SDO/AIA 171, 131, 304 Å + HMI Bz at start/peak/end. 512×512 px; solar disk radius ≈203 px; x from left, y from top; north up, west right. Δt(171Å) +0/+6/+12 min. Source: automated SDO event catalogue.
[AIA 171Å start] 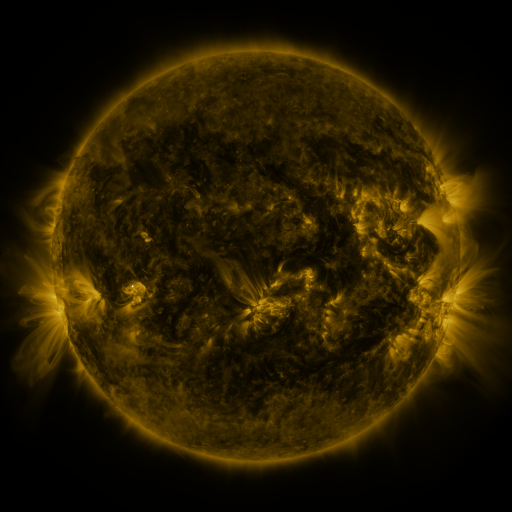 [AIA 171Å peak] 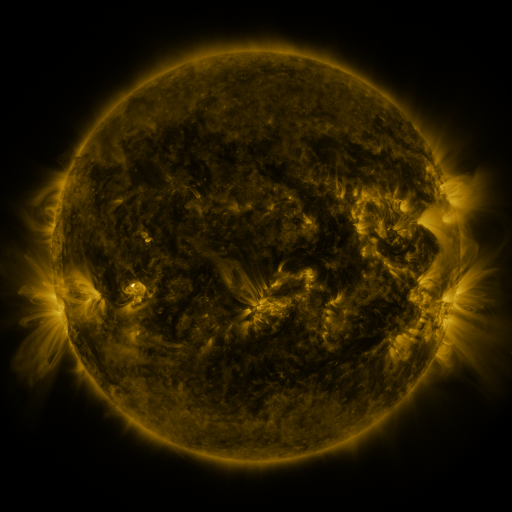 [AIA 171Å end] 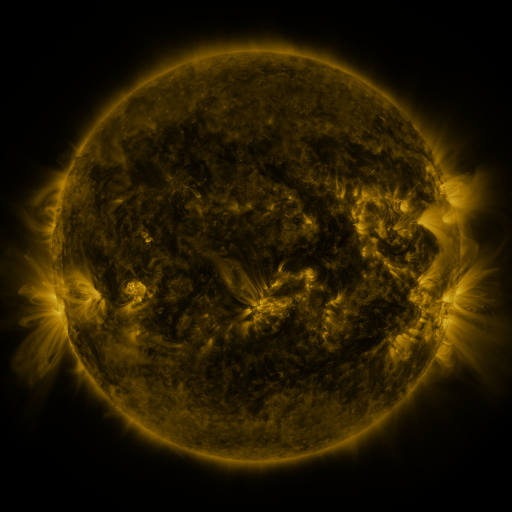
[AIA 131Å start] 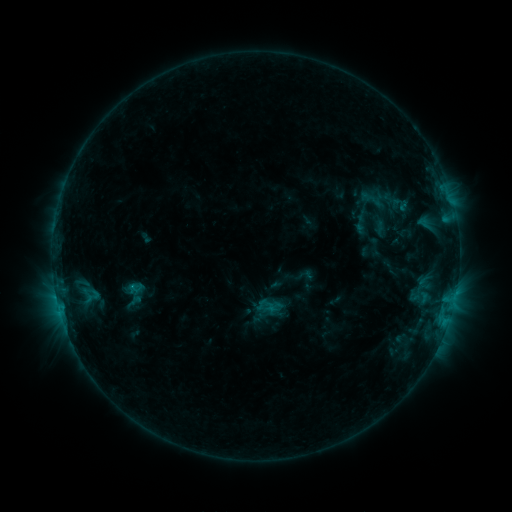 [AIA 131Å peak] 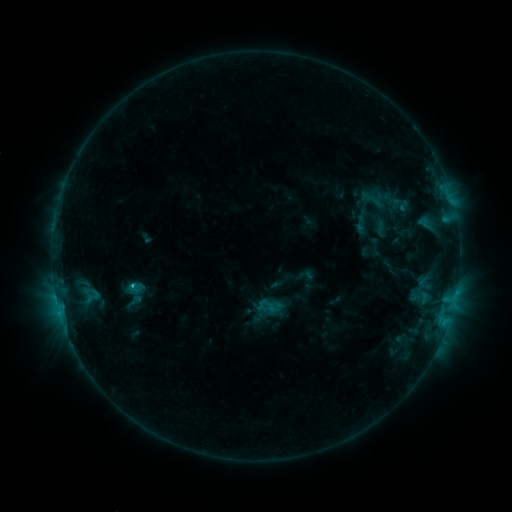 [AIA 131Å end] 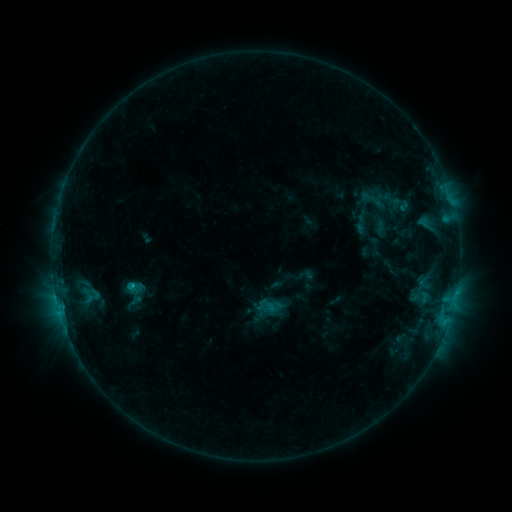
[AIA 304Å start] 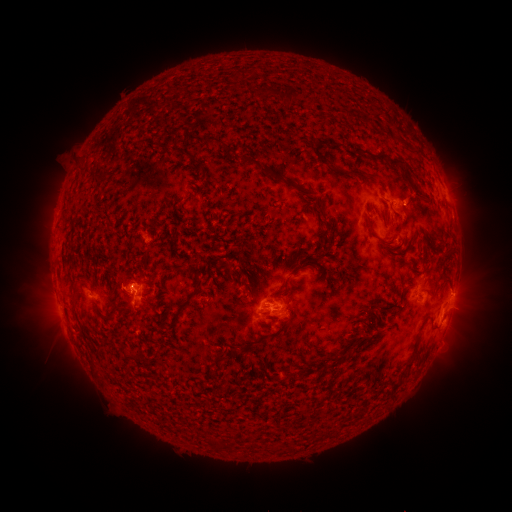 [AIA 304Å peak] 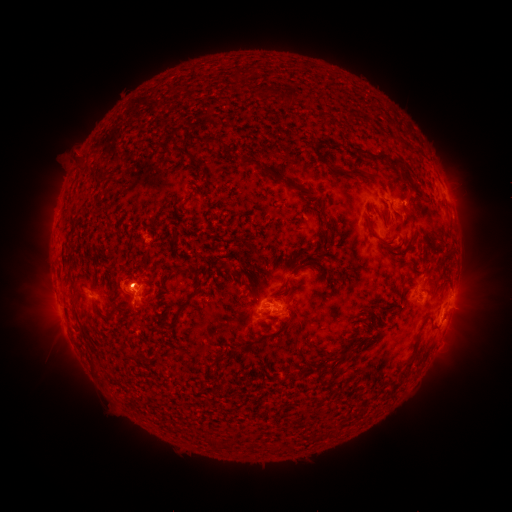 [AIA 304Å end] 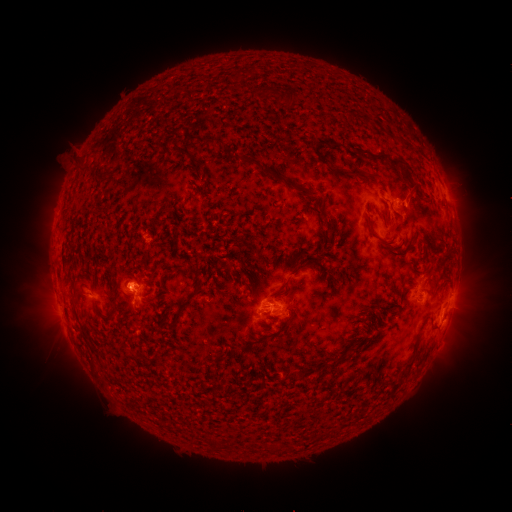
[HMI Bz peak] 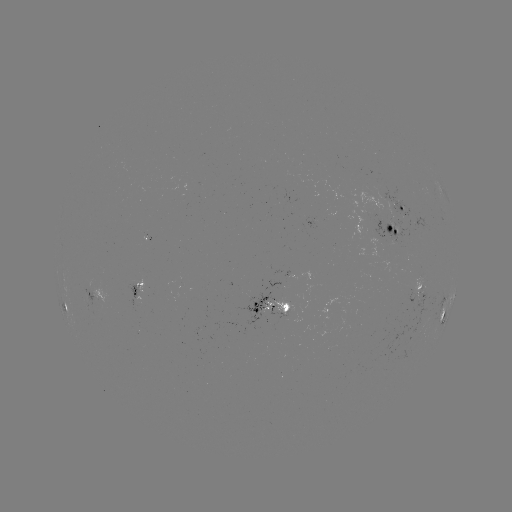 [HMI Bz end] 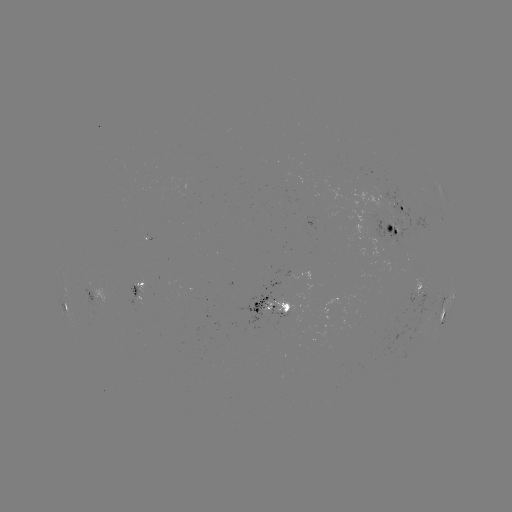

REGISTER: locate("C1.3 flare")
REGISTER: [134, 283]